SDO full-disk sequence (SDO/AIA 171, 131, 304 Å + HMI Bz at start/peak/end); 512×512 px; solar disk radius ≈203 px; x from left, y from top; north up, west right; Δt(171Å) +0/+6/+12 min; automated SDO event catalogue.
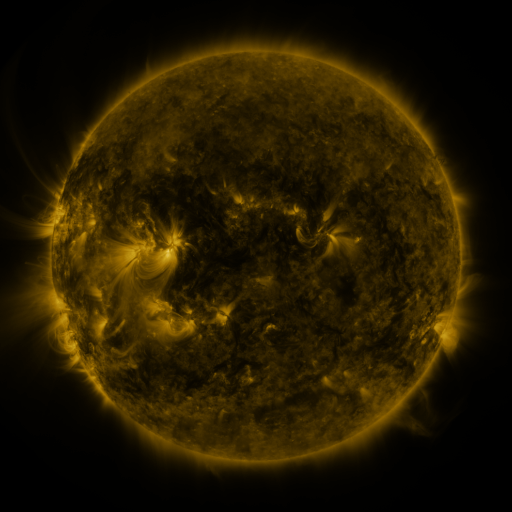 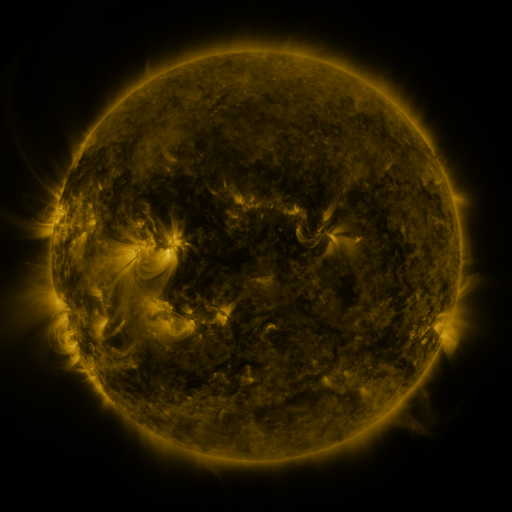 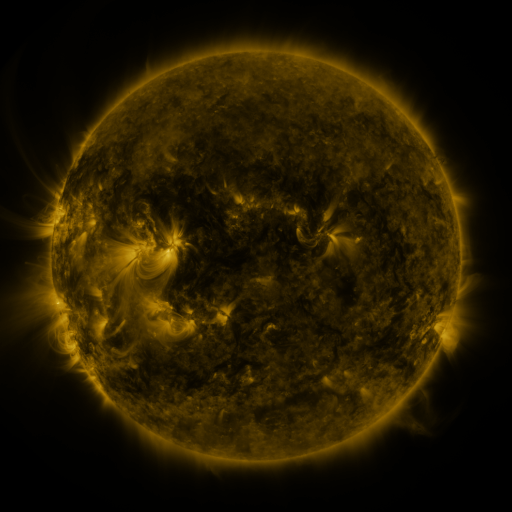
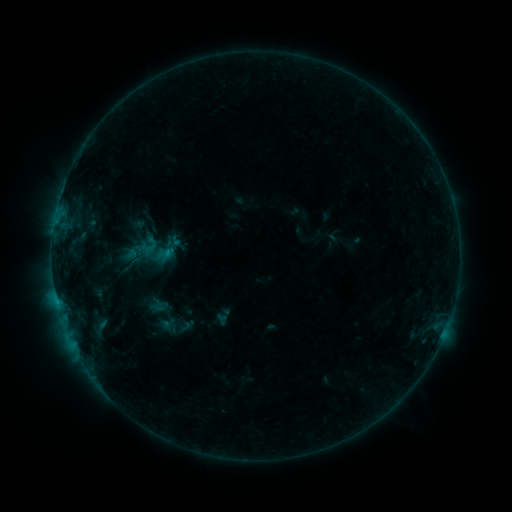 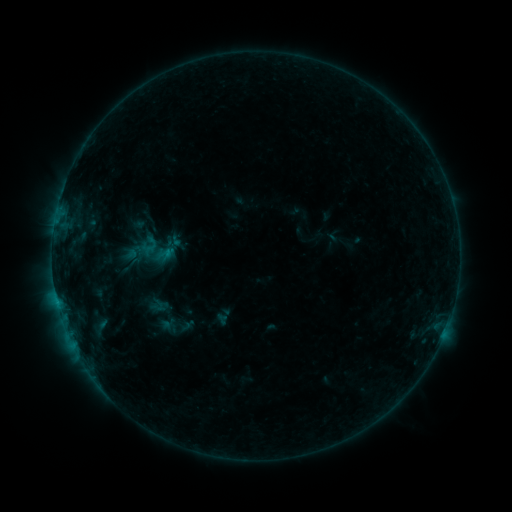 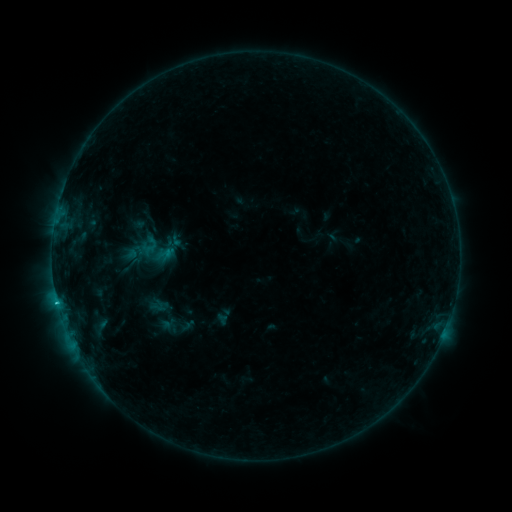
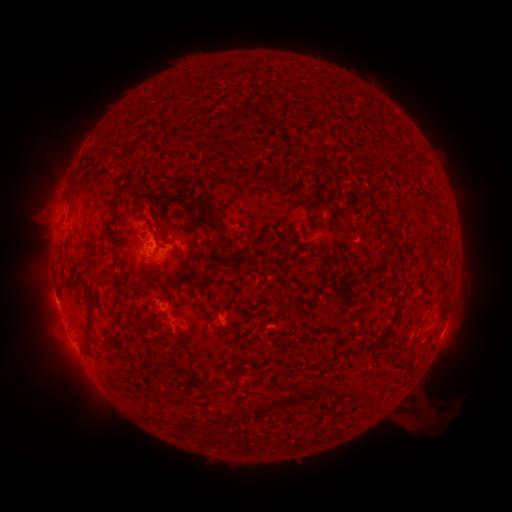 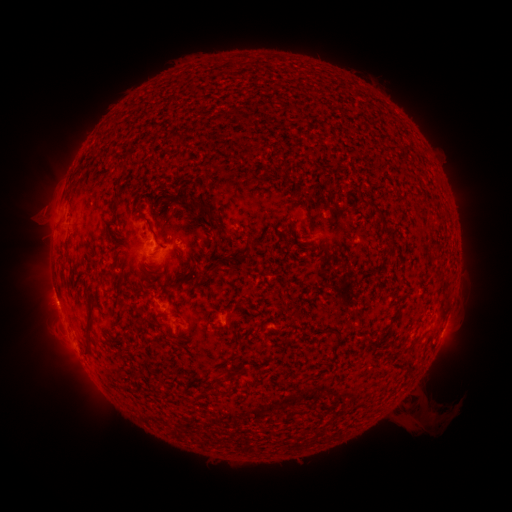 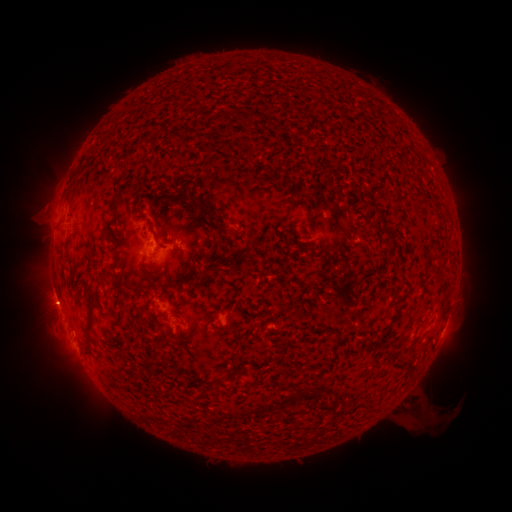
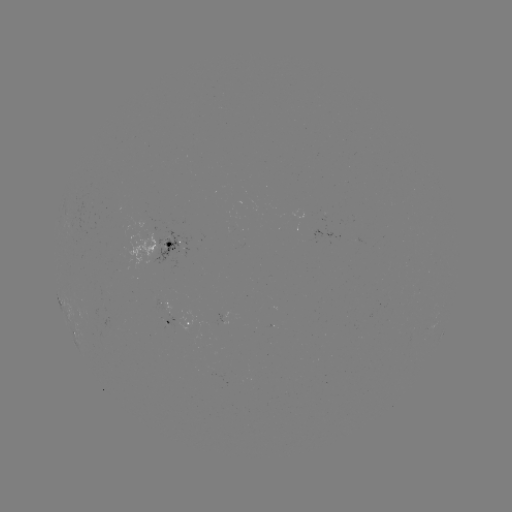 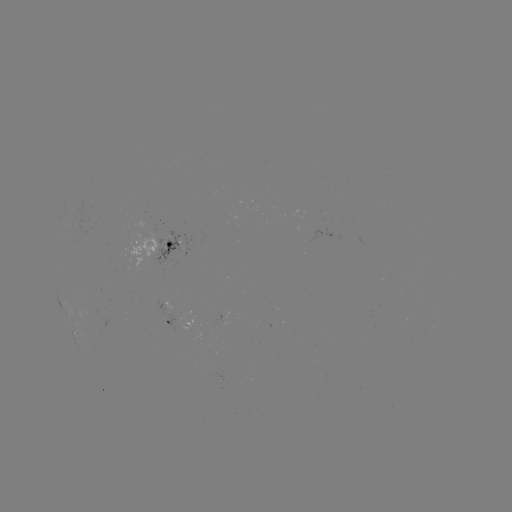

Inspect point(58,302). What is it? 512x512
C1.0 flare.